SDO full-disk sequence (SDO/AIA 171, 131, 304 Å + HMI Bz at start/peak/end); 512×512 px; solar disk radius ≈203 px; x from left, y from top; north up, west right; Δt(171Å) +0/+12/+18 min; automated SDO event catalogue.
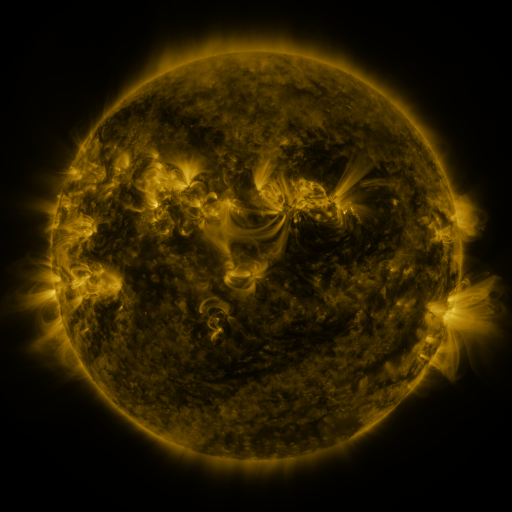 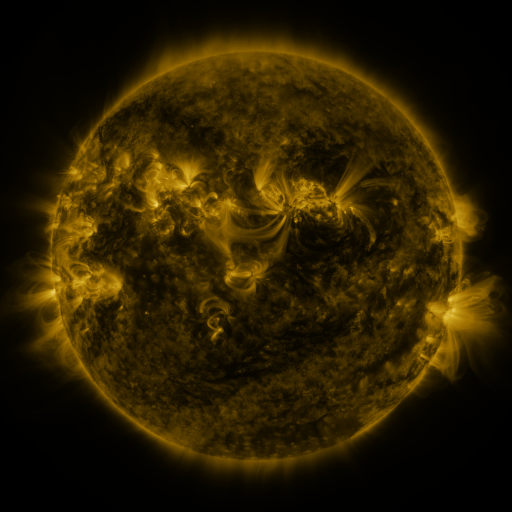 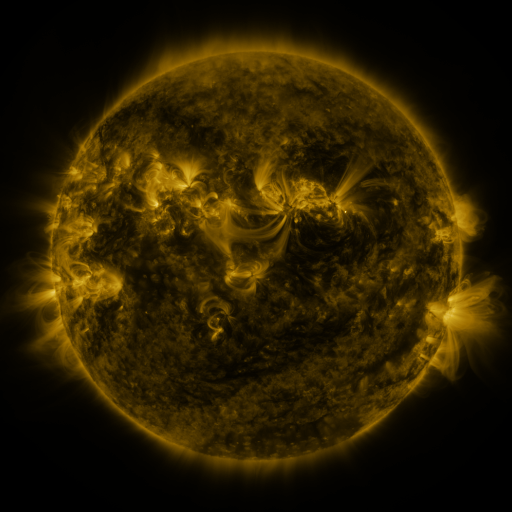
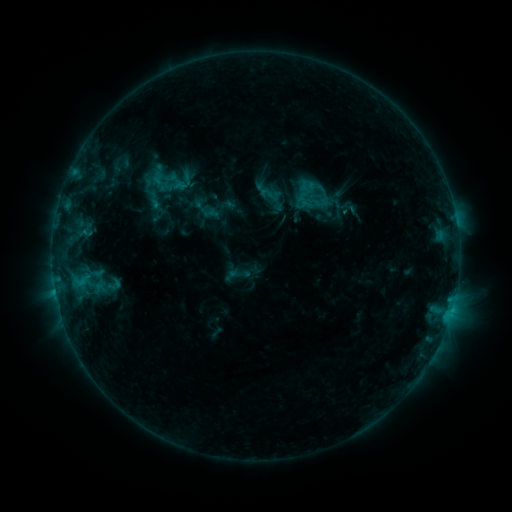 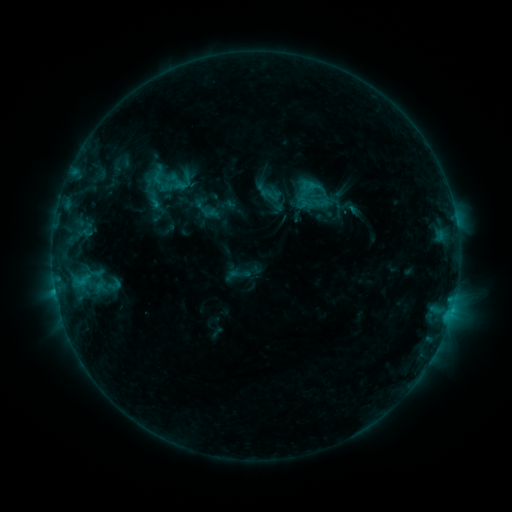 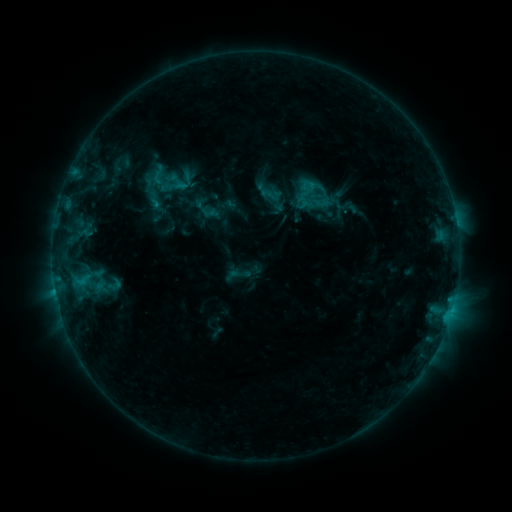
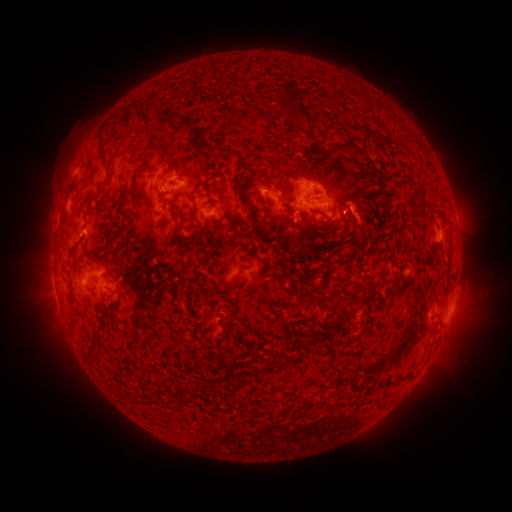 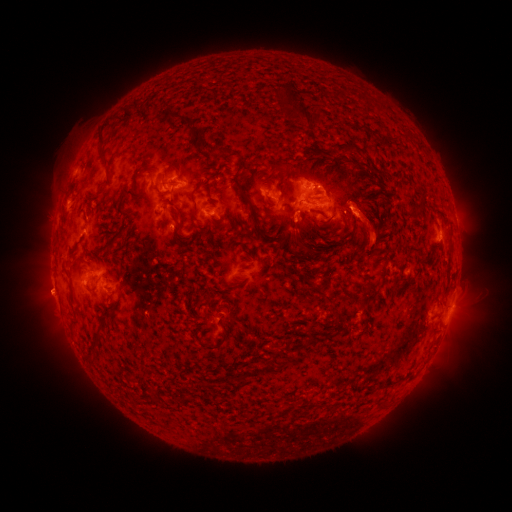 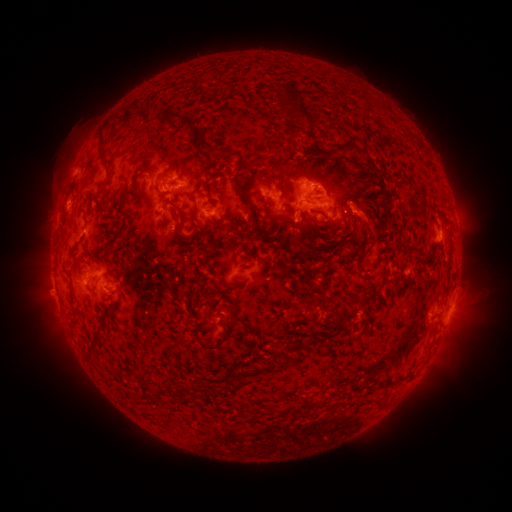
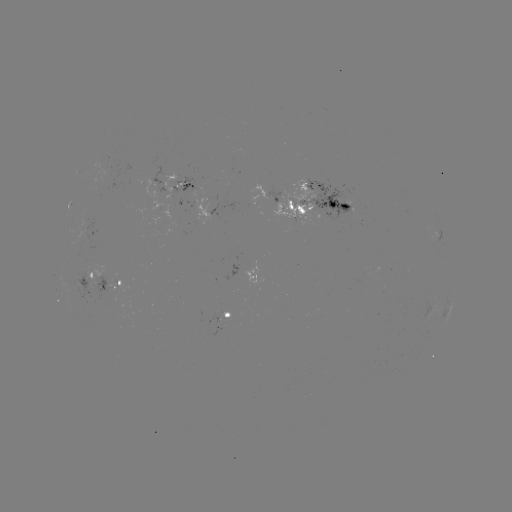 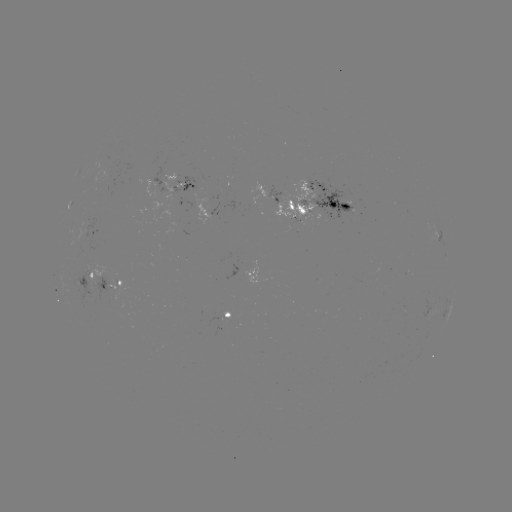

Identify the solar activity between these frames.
eruption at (372, 229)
